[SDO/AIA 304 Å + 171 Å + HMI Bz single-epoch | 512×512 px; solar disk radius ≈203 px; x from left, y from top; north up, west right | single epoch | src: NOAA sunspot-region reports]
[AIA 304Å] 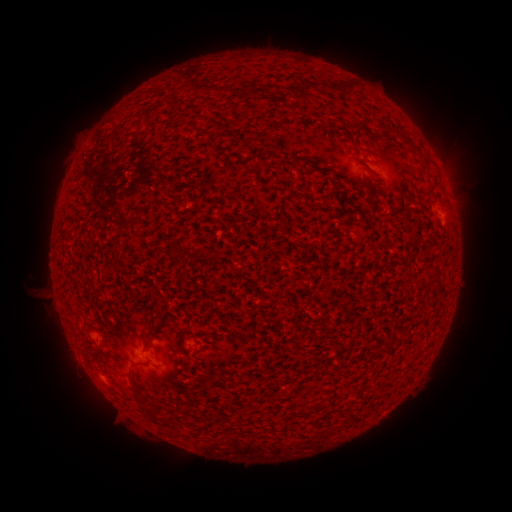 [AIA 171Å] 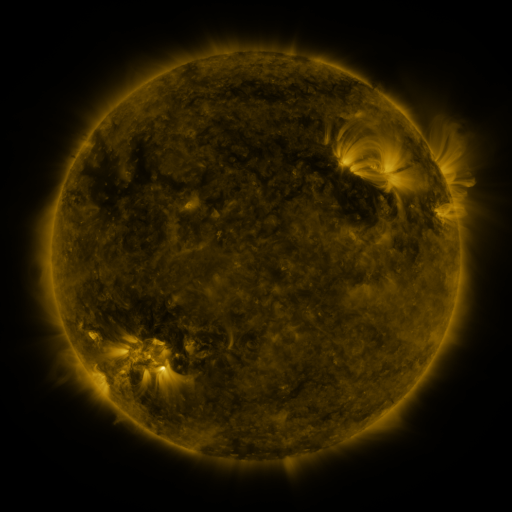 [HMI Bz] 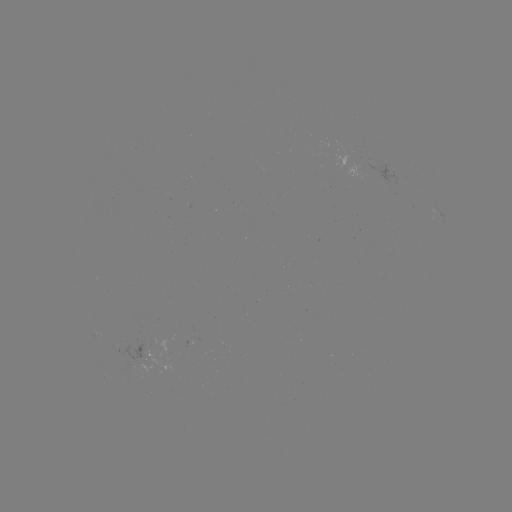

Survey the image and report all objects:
spotted active region: (437, 216)
spotted active region: (144, 350)
